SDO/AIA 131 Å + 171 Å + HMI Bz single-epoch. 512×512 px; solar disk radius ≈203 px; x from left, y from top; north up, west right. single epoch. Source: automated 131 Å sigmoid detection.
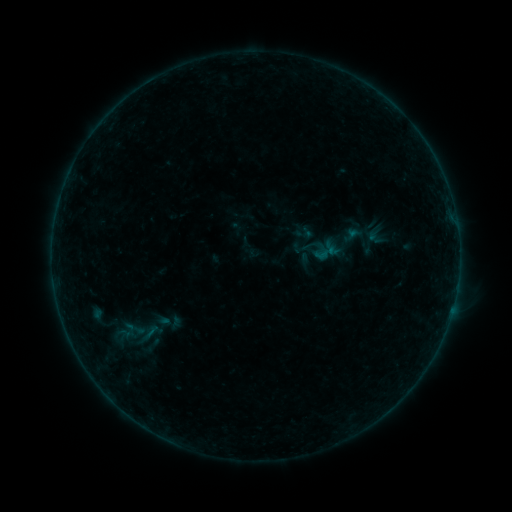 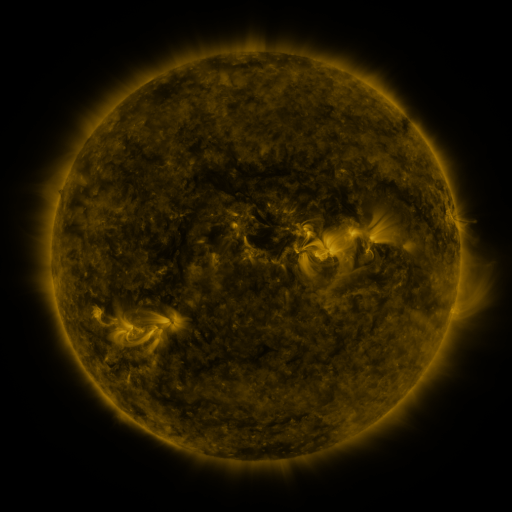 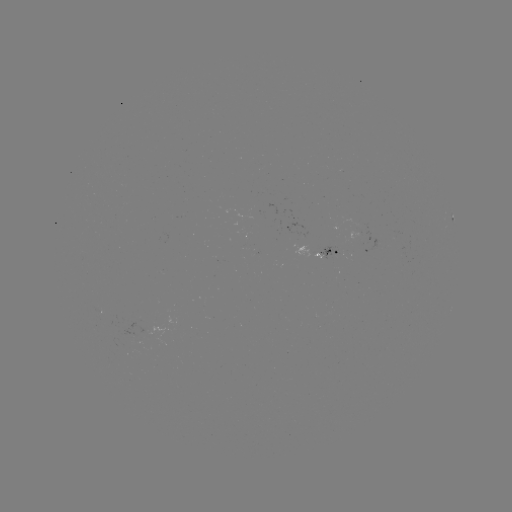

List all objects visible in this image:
sigmoid: (376, 235)
sigmoid: (150, 332)
